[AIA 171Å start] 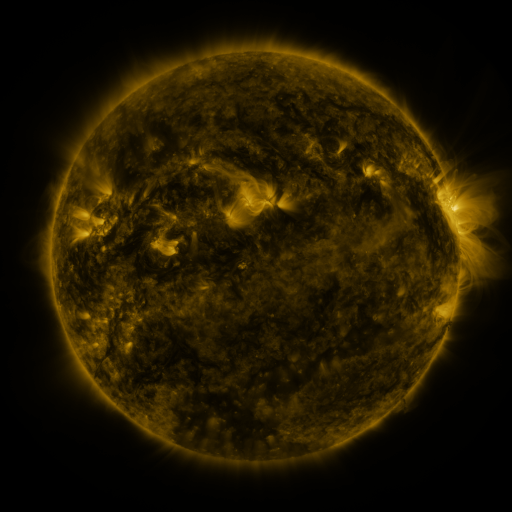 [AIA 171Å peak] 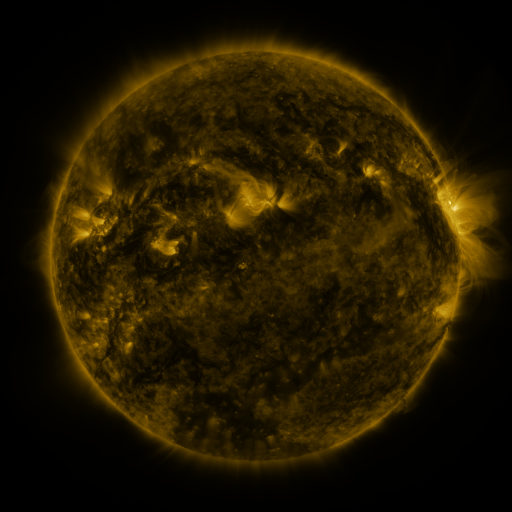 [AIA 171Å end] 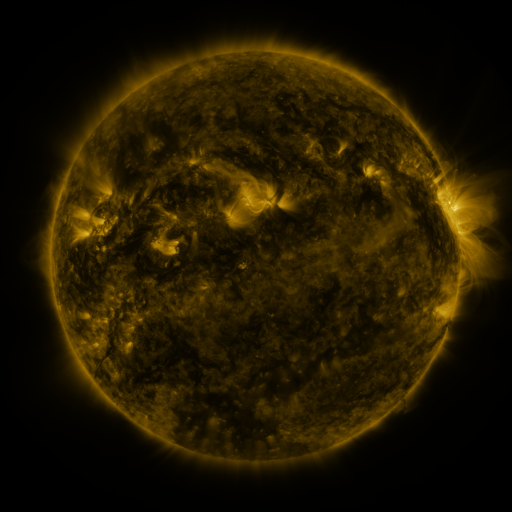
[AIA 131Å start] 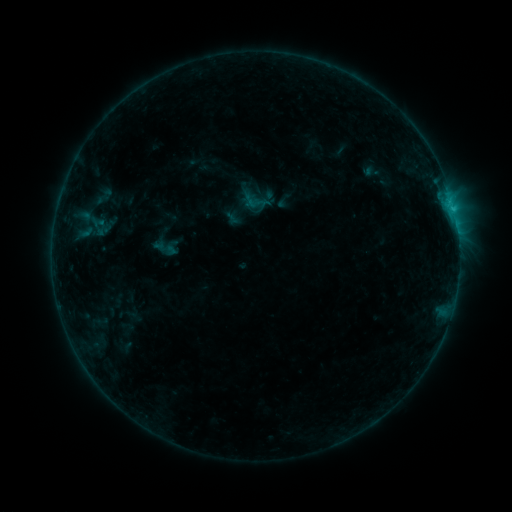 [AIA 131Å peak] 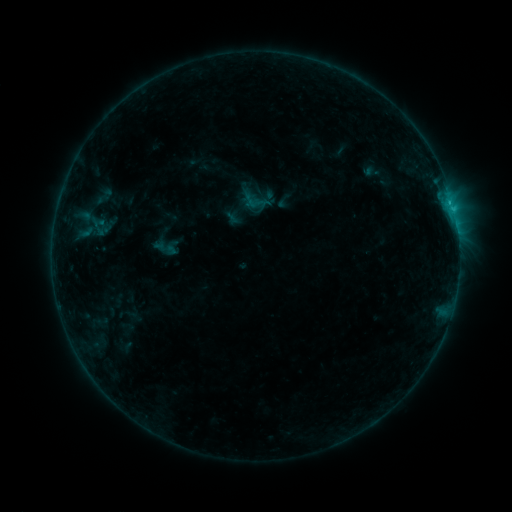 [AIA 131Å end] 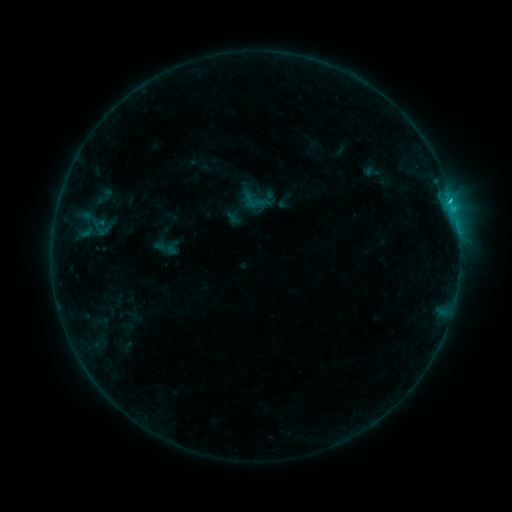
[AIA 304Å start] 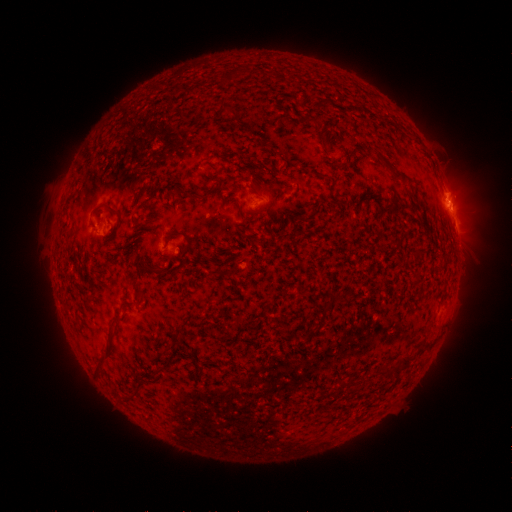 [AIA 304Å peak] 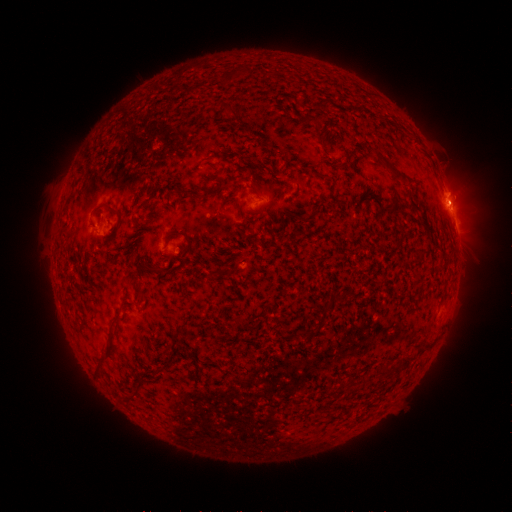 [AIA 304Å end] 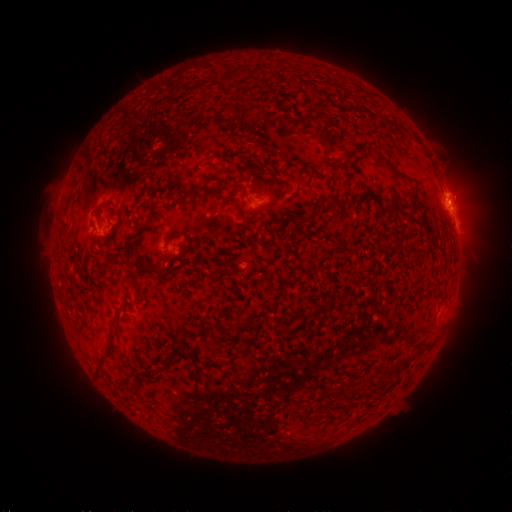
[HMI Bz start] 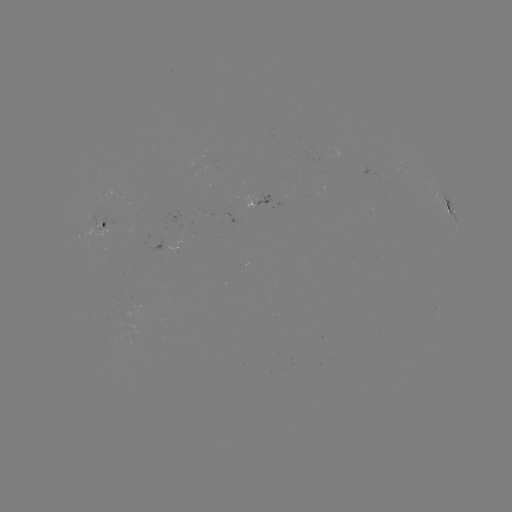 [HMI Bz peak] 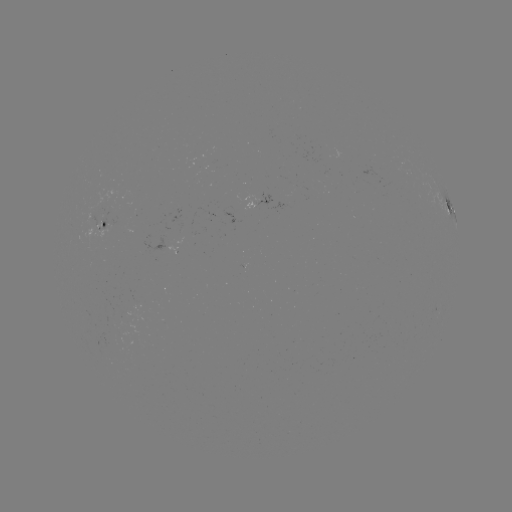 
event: flare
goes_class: B9.8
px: (449, 205)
